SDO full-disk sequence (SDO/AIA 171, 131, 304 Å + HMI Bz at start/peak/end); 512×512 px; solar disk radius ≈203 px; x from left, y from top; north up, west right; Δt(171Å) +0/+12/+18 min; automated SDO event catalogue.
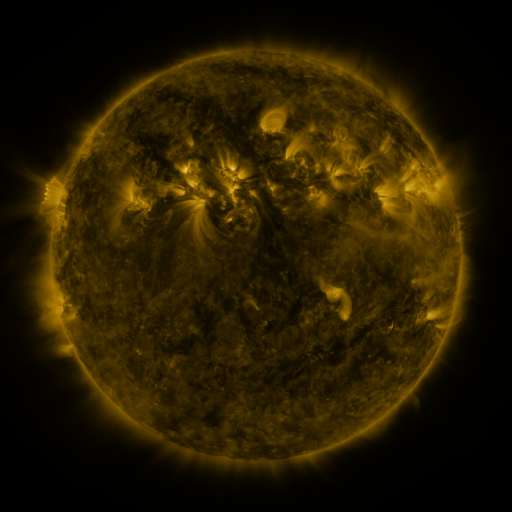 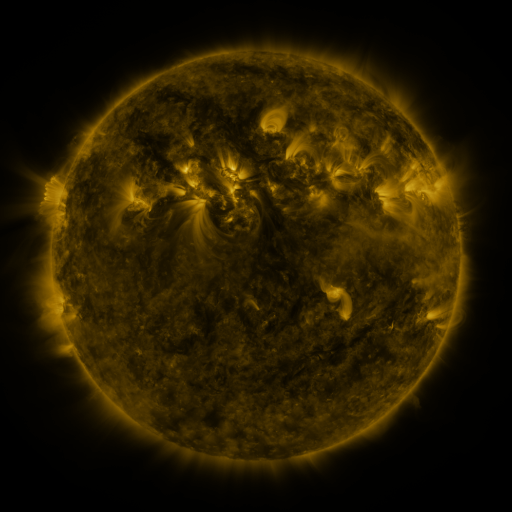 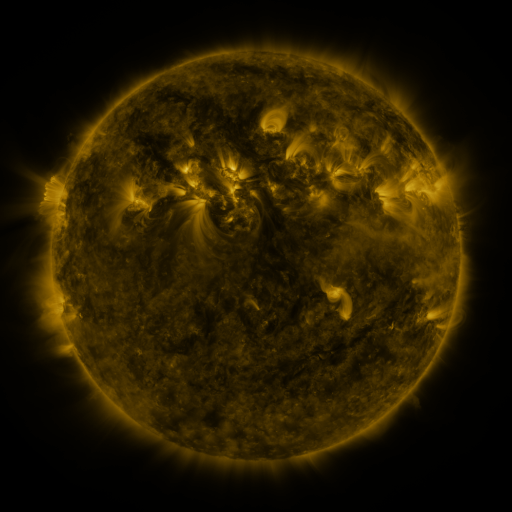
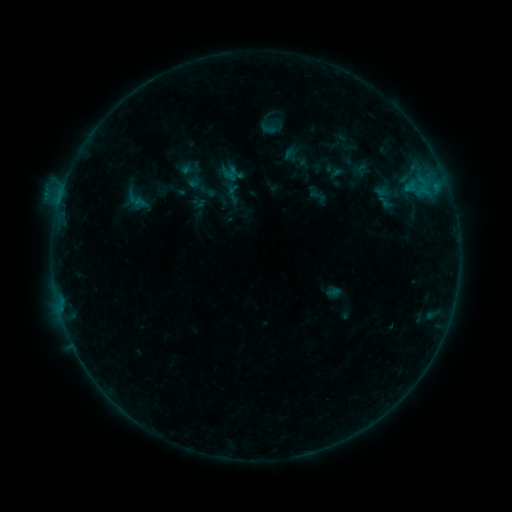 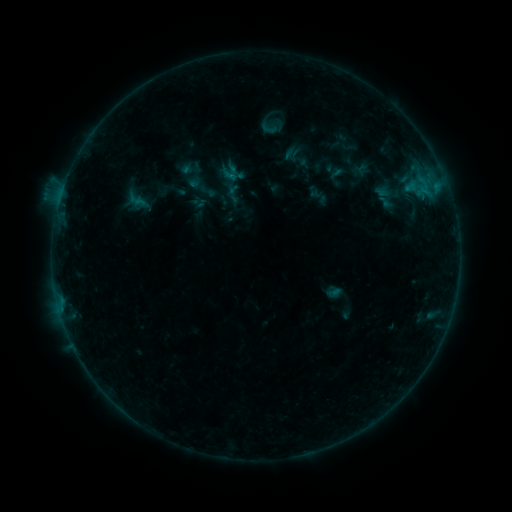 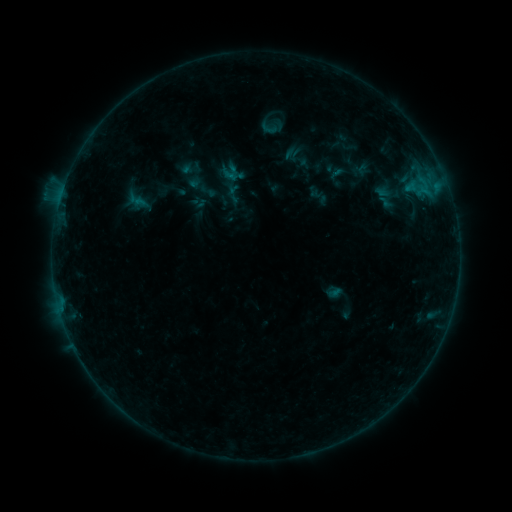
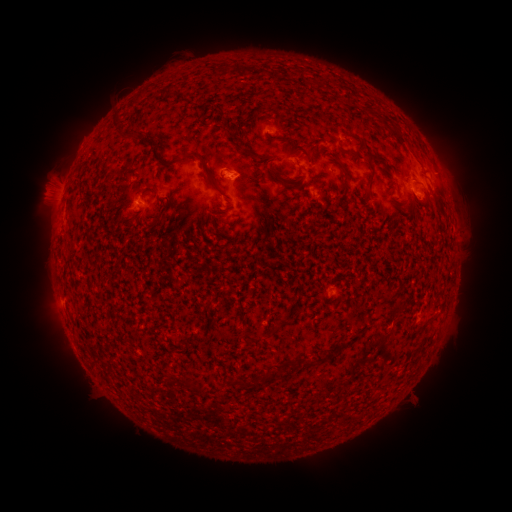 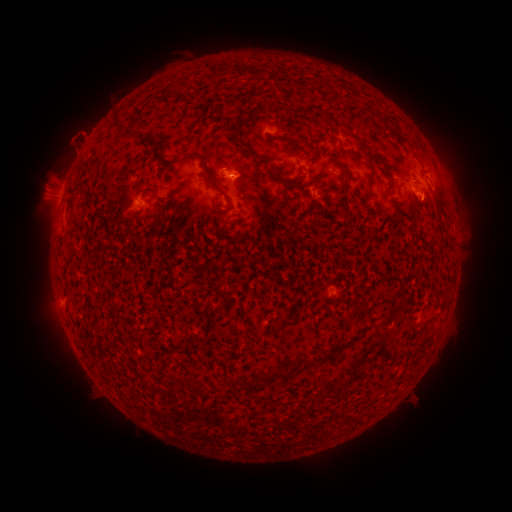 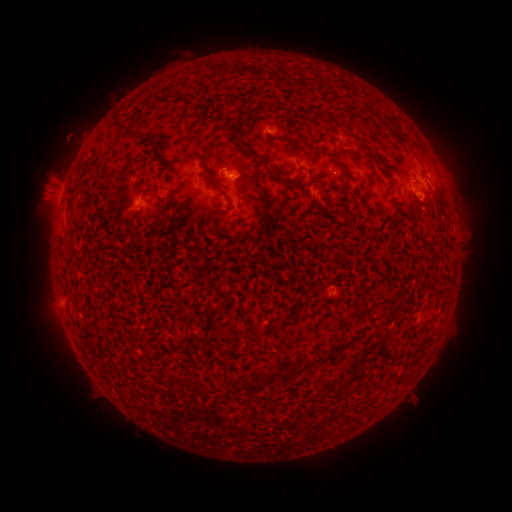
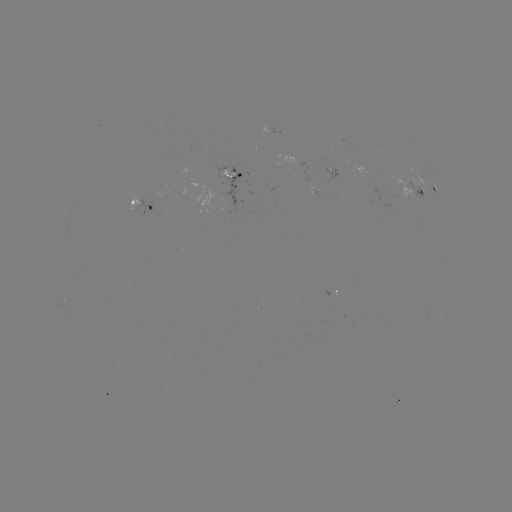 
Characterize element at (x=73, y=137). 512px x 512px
eruption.